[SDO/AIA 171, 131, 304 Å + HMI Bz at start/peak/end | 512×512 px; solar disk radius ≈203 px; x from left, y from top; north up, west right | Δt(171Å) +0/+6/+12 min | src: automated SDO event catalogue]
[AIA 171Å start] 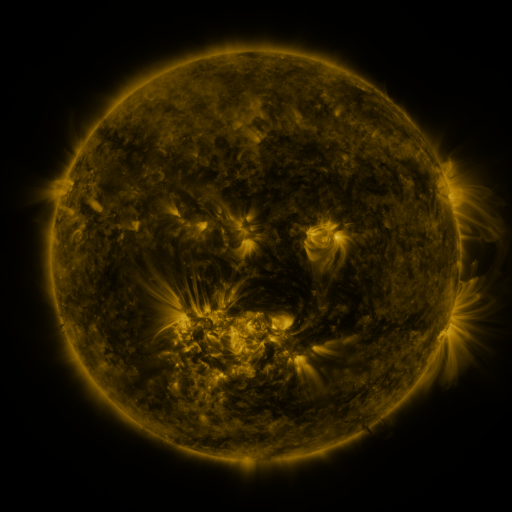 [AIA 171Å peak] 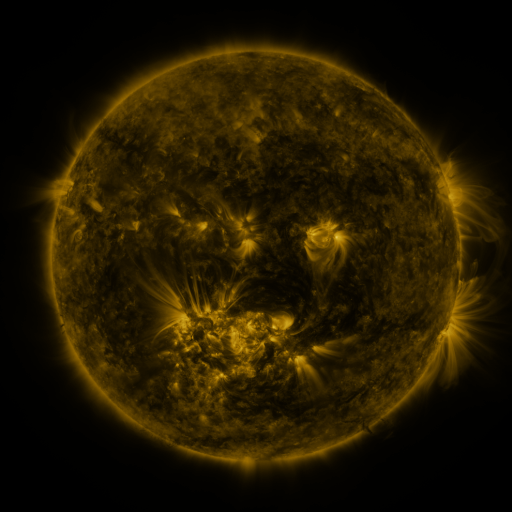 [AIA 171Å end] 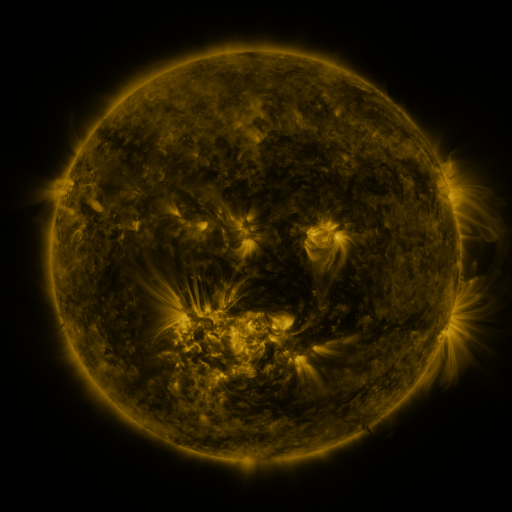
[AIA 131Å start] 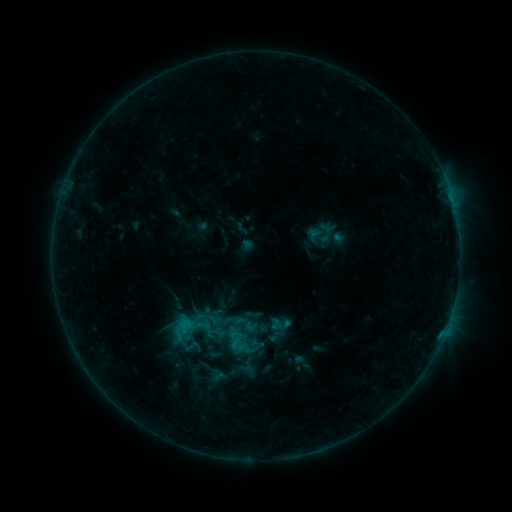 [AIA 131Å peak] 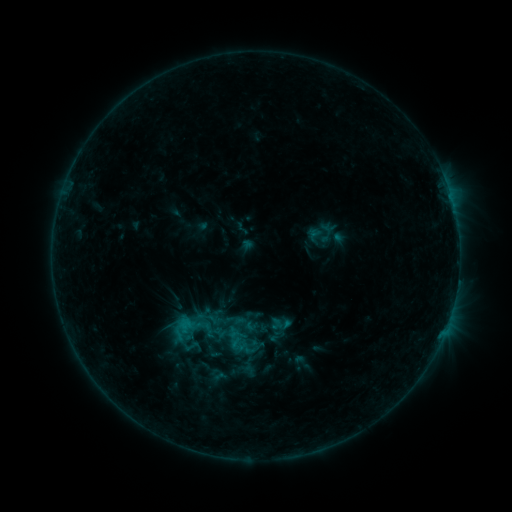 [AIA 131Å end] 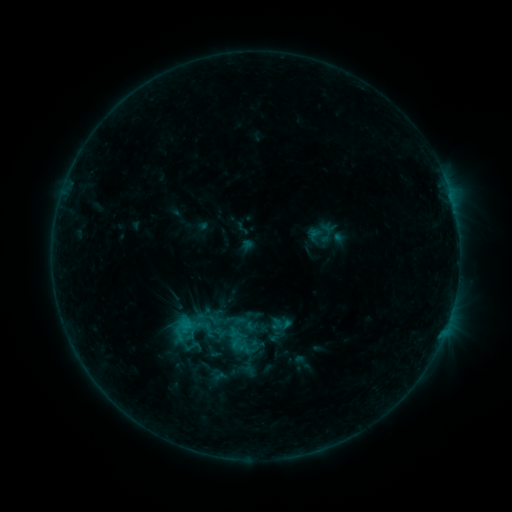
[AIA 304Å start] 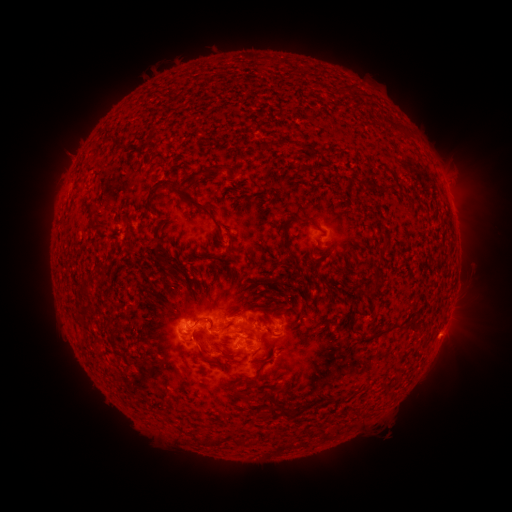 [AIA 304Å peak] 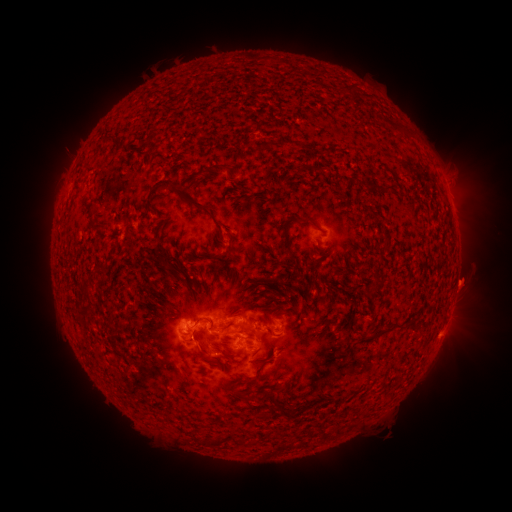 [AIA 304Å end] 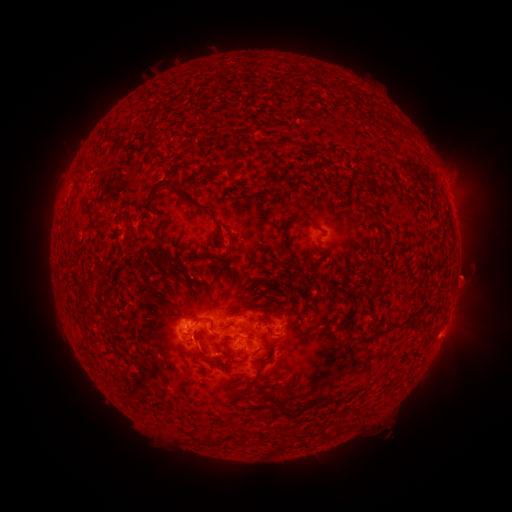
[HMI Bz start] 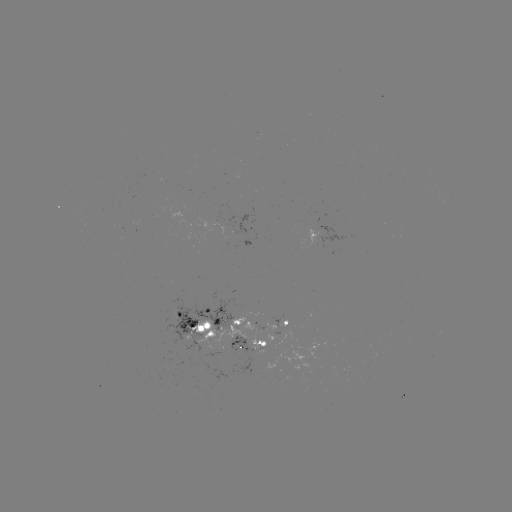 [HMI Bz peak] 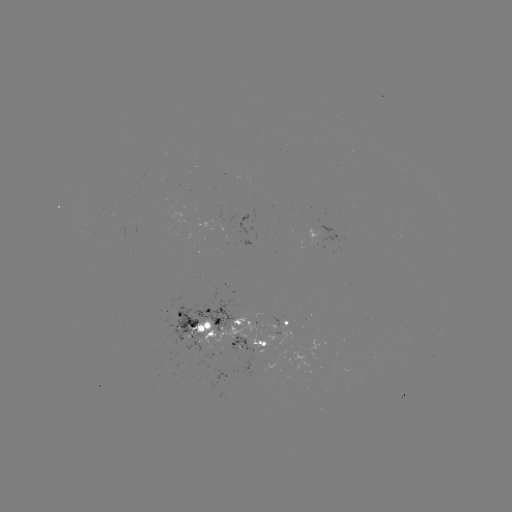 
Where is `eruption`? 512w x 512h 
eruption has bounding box [440, 254, 497, 308].